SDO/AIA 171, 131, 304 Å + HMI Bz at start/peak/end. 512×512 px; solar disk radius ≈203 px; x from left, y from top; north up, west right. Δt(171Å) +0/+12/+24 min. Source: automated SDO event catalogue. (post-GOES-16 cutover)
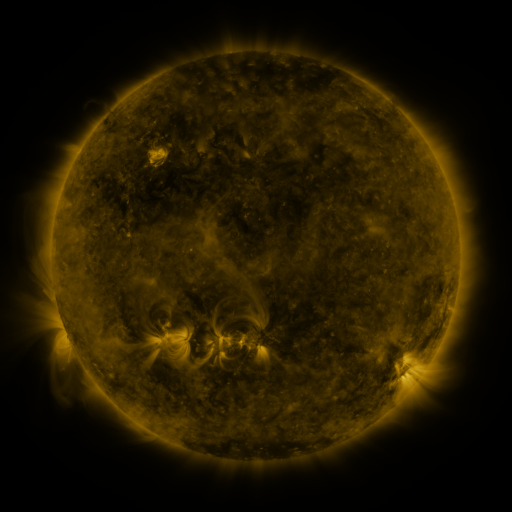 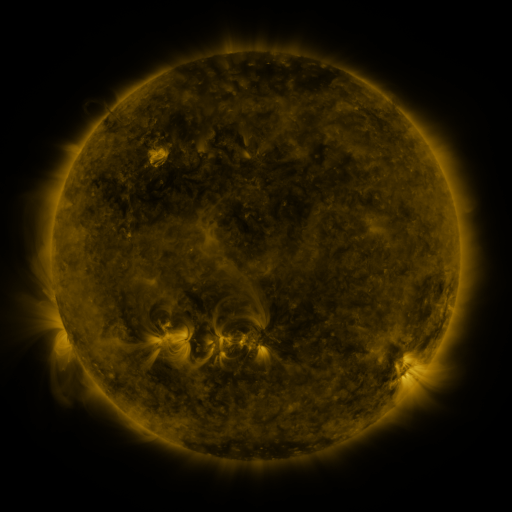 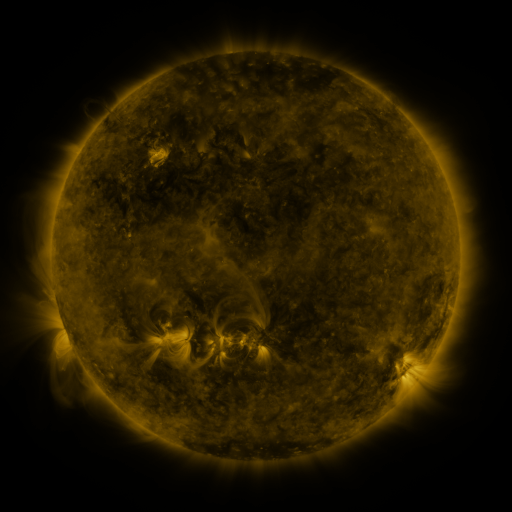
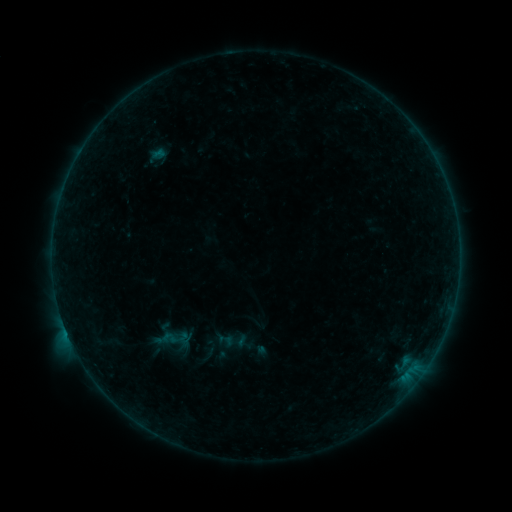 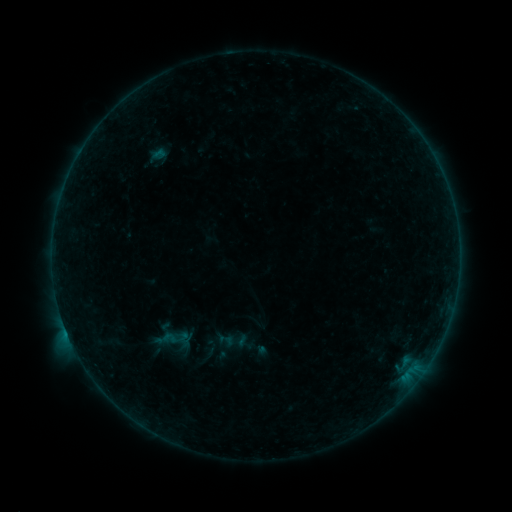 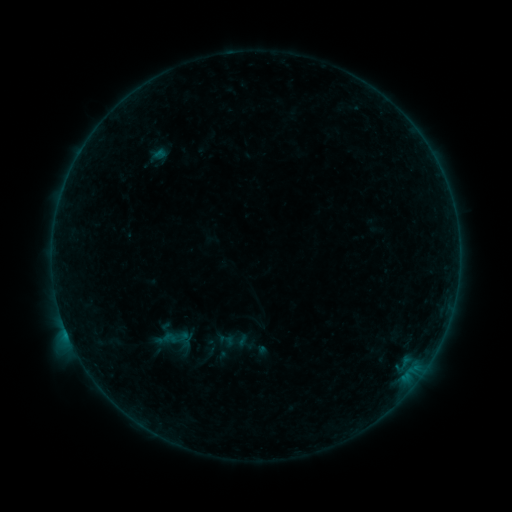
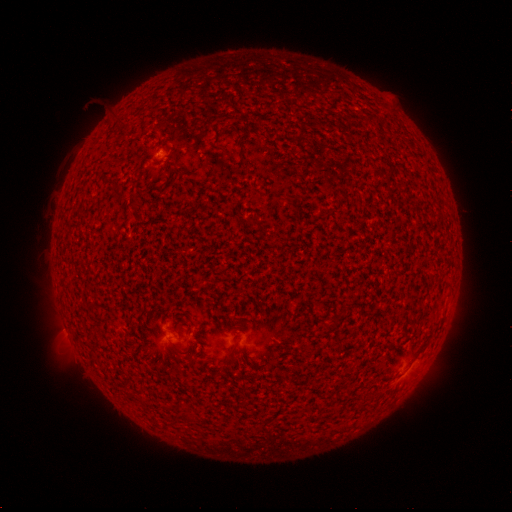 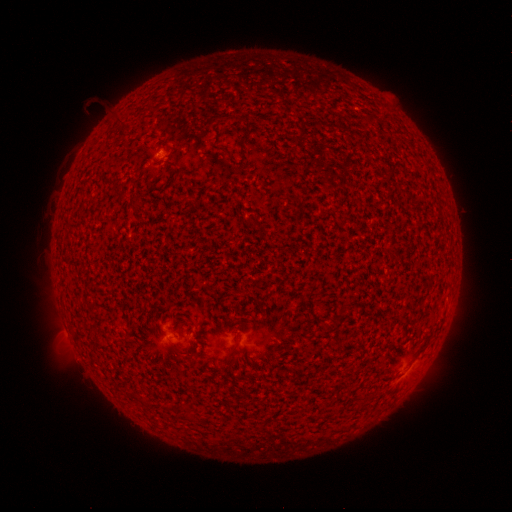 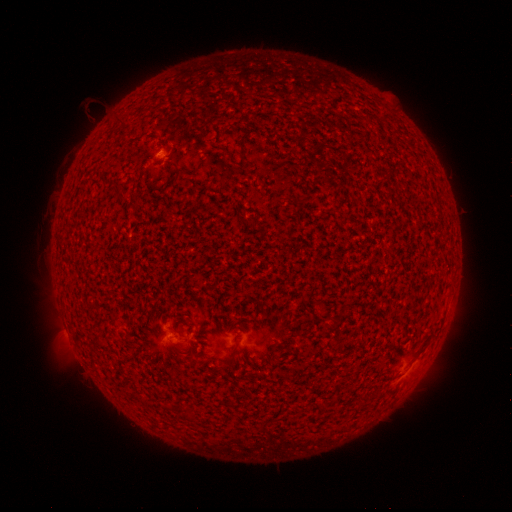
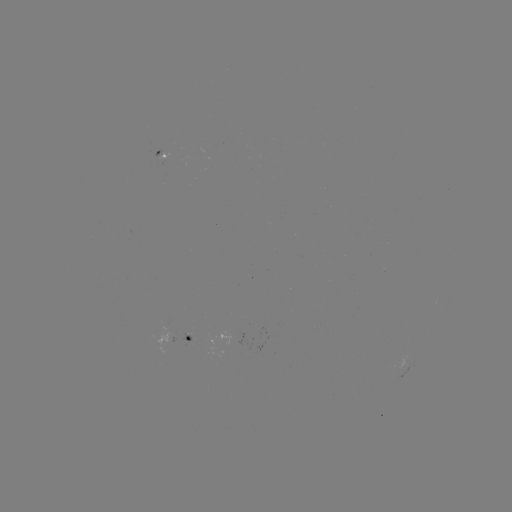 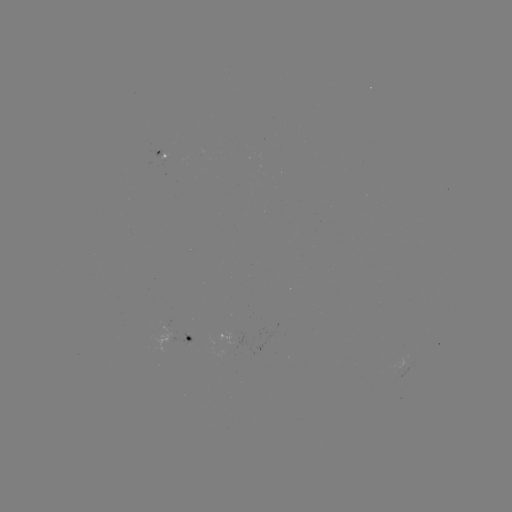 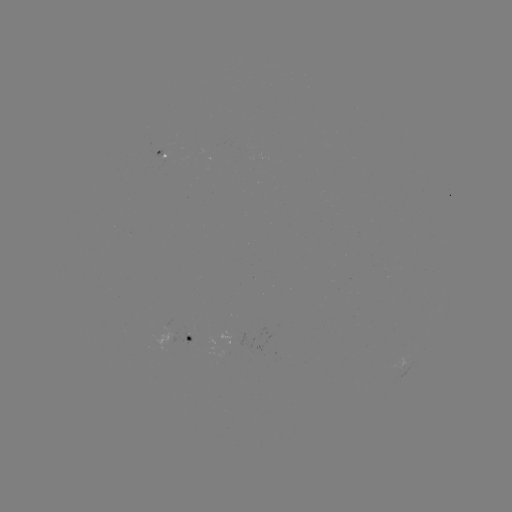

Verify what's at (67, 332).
B3.9 flare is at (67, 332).